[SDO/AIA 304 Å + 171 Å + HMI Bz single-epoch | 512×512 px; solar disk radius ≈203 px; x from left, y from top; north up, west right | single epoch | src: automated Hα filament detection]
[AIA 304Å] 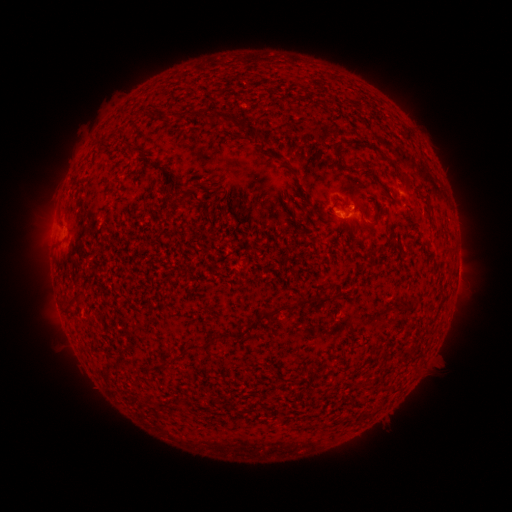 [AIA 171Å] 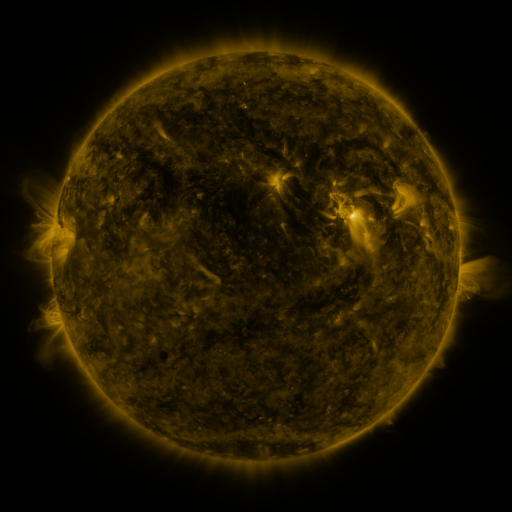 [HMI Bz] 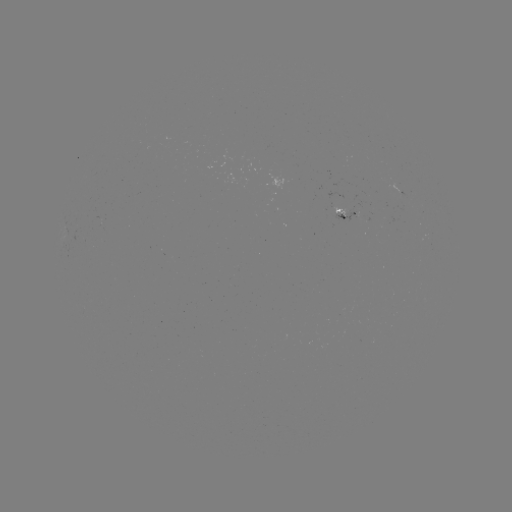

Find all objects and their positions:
filament: (214, 111, 255, 138)
filament: (254, 133, 261, 145)
filament: (107, 134, 115, 143)
filament: (334, 151, 344, 166)
filament: (397, 173, 408, 184)
filament: (179, 188, 194, 206)
filament: (367, 210, 380, 230)
filament: (301, 297, 319, 307)
filament: (259, 305, 294, 319)
filament: (244, 323, 255, 333)
filament: (185, 339, 207, 351)
filament: (150, 355, 176, 370)
